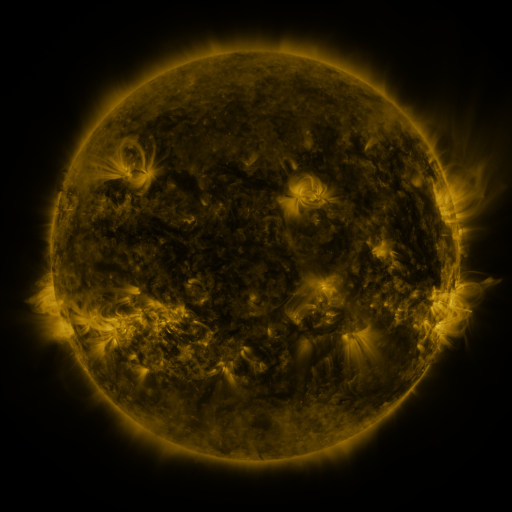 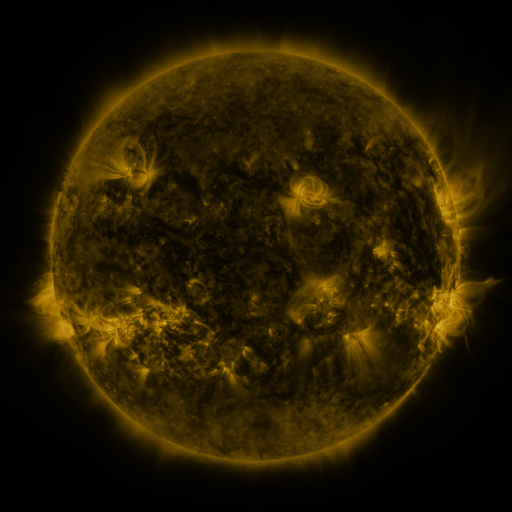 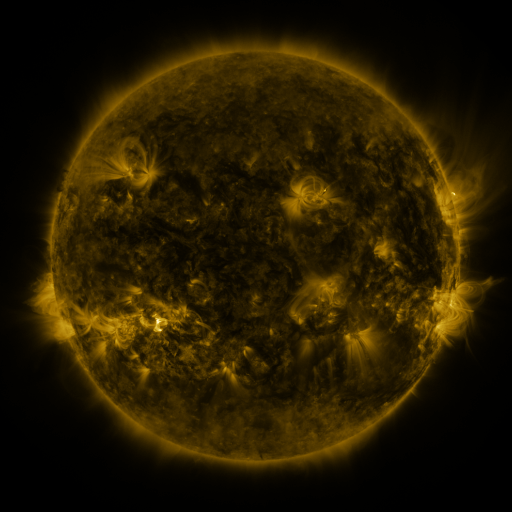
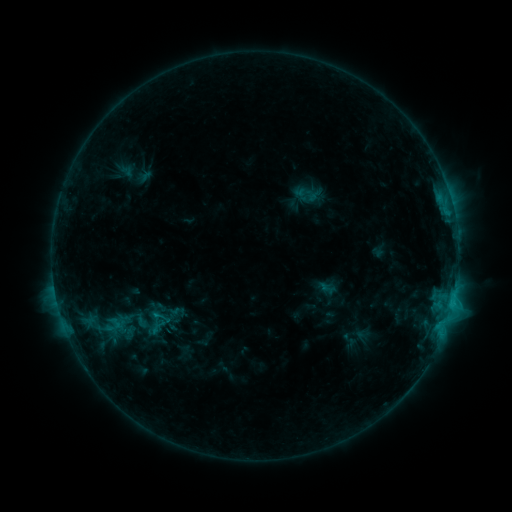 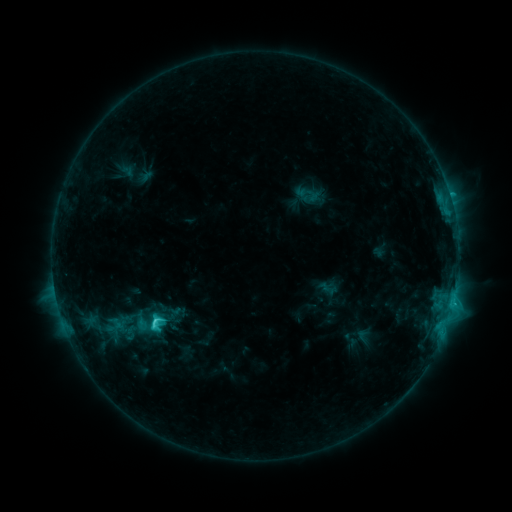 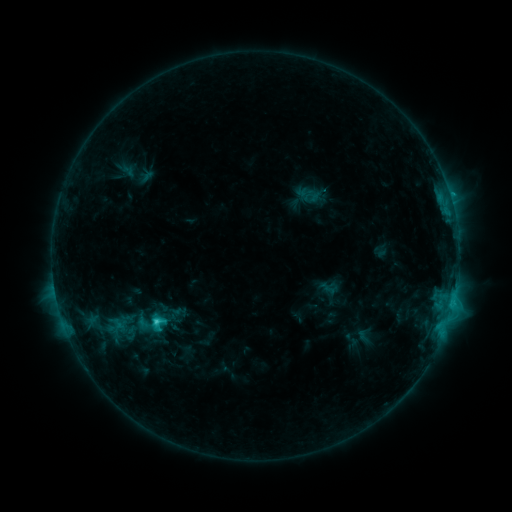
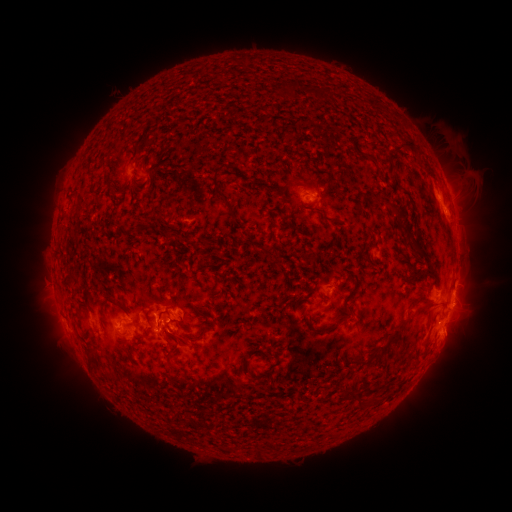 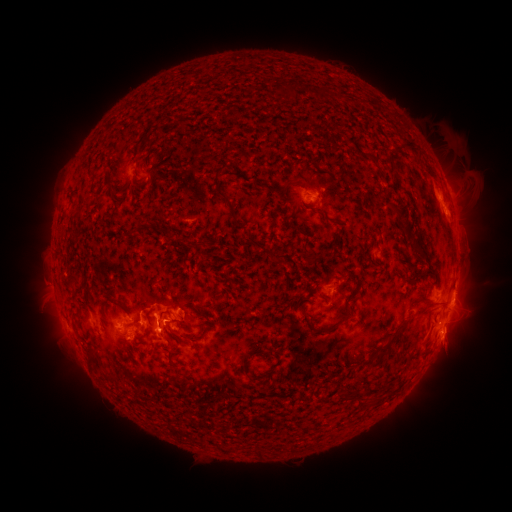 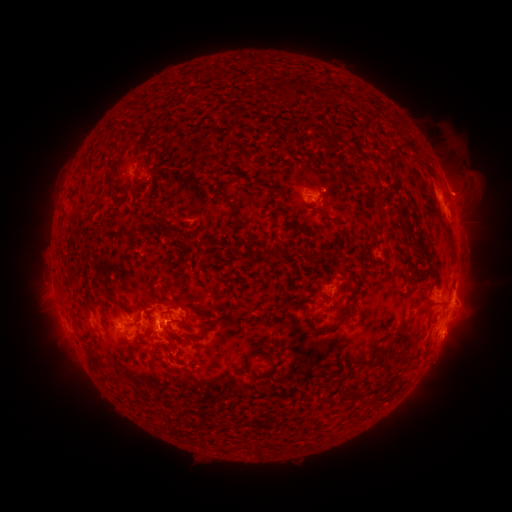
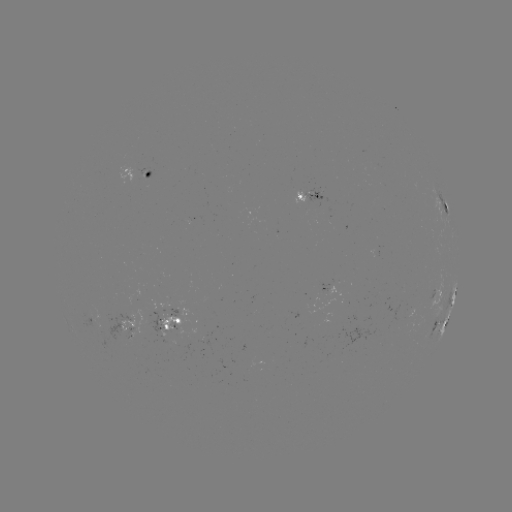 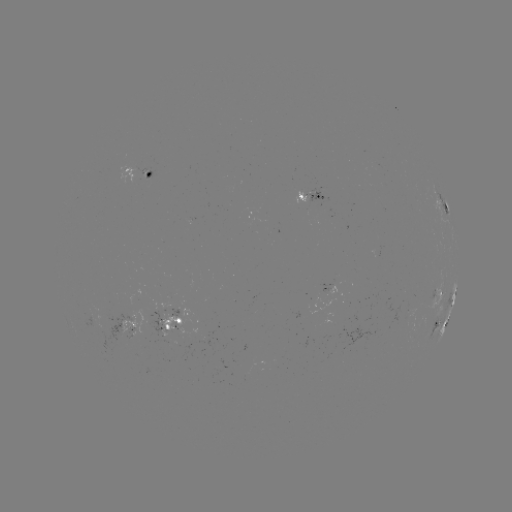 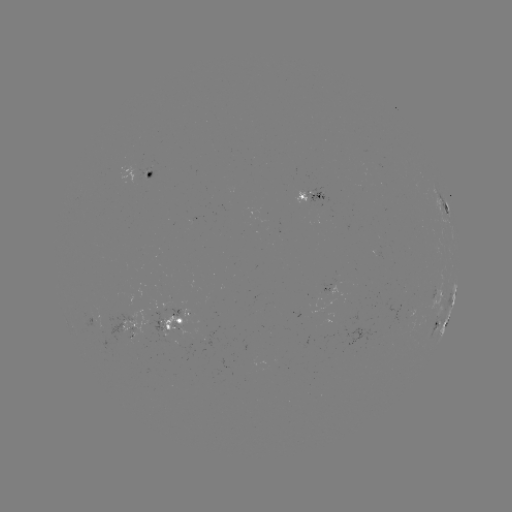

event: flare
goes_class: C3.6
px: (155, 318)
